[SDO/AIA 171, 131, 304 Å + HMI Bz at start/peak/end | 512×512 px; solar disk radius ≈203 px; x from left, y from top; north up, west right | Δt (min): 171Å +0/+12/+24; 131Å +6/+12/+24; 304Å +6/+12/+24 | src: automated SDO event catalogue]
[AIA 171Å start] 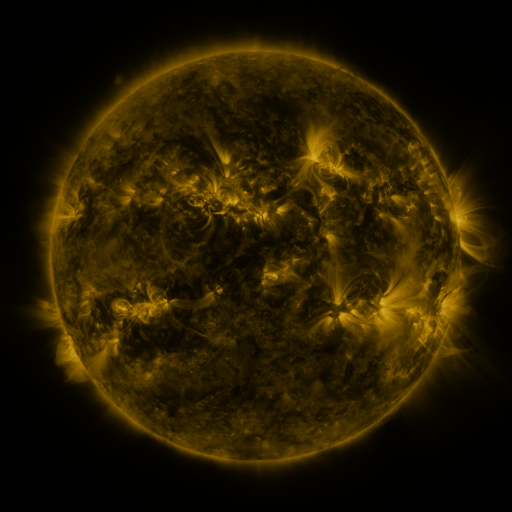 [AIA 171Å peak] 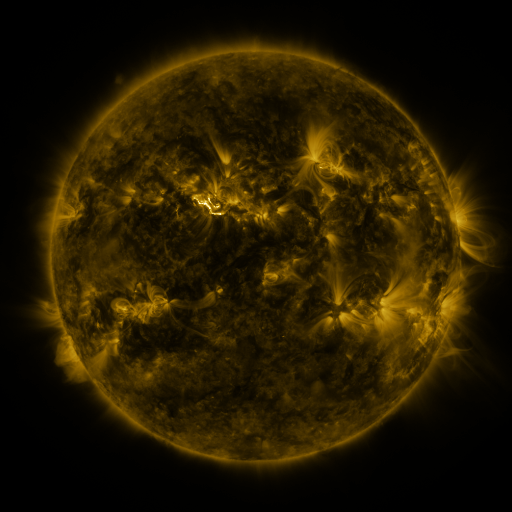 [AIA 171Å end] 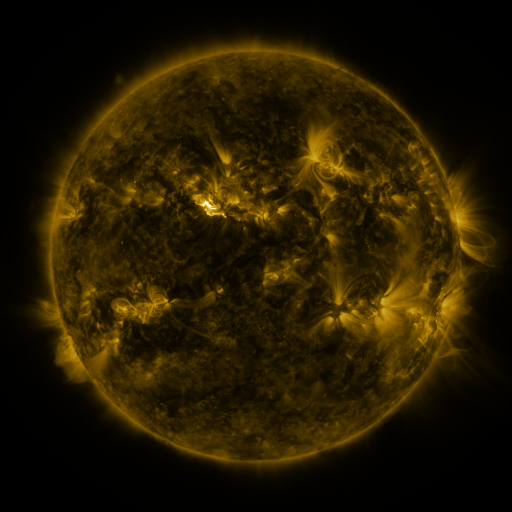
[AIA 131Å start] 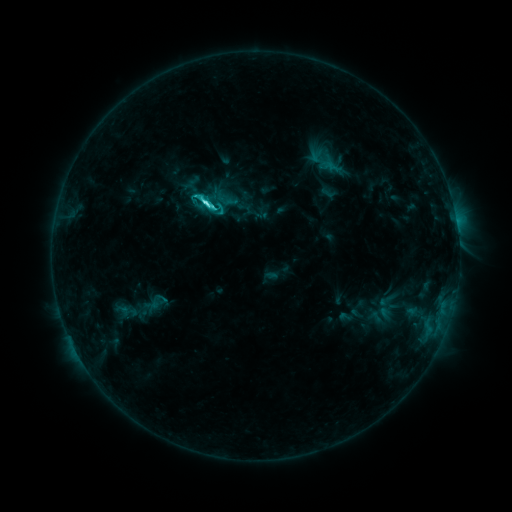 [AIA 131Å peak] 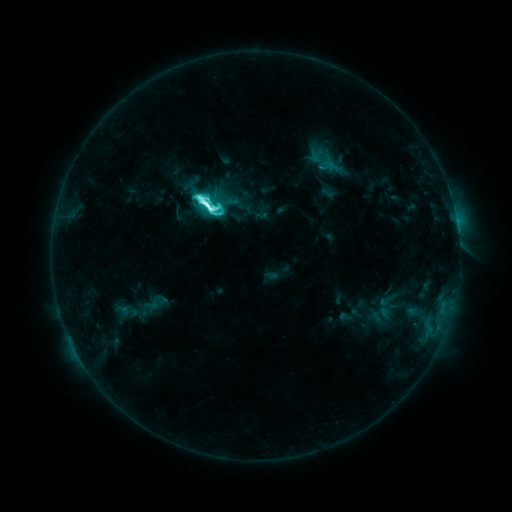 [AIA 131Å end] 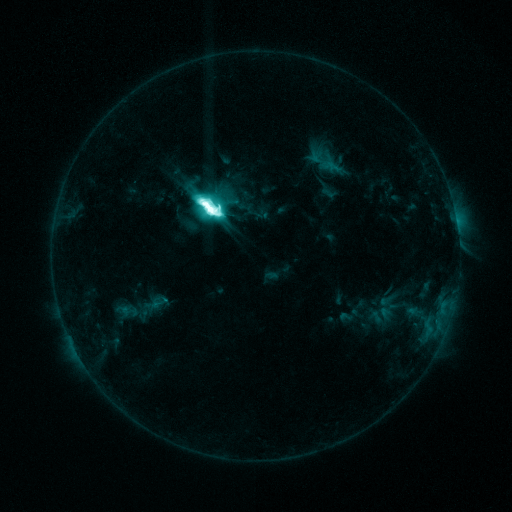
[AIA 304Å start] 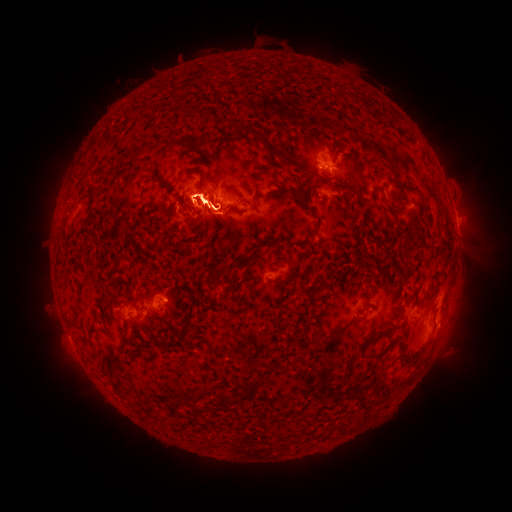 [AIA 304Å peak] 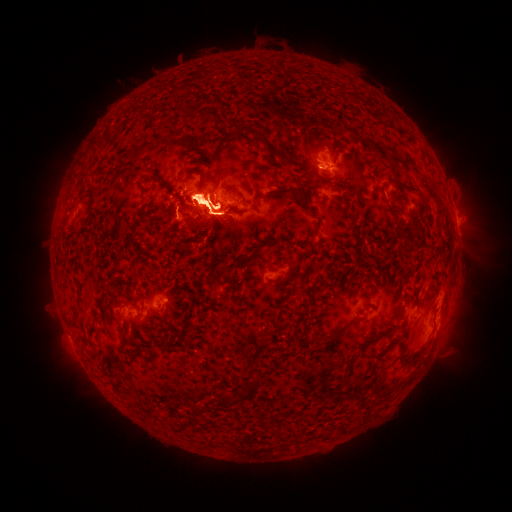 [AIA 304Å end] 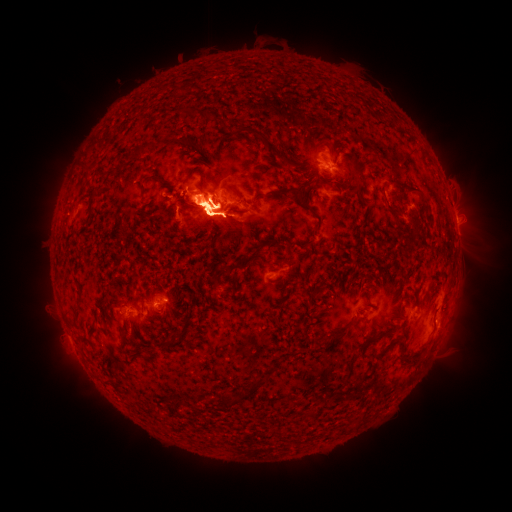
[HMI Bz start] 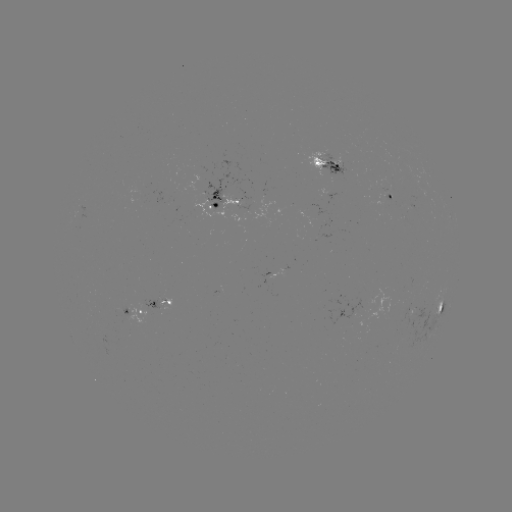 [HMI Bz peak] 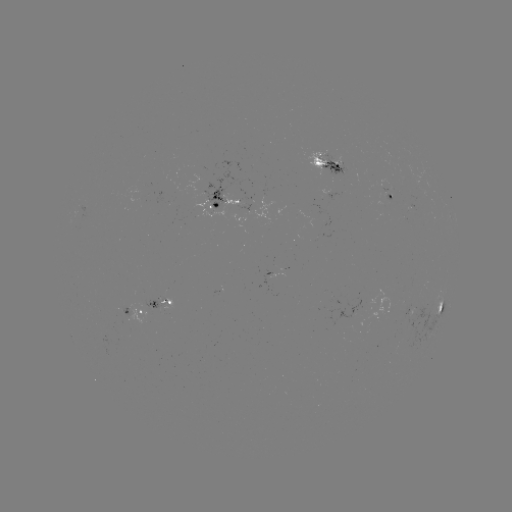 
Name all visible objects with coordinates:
eruption: (64, 202)
